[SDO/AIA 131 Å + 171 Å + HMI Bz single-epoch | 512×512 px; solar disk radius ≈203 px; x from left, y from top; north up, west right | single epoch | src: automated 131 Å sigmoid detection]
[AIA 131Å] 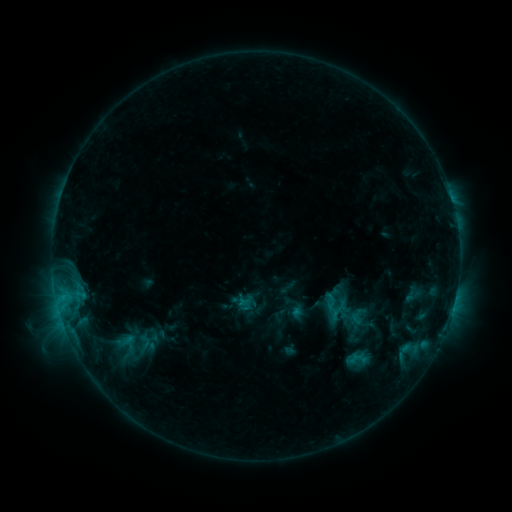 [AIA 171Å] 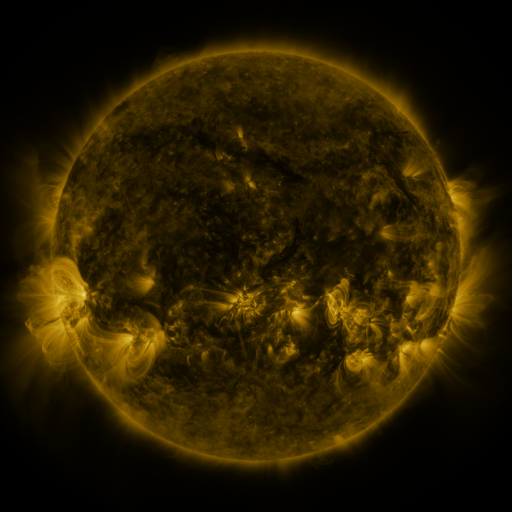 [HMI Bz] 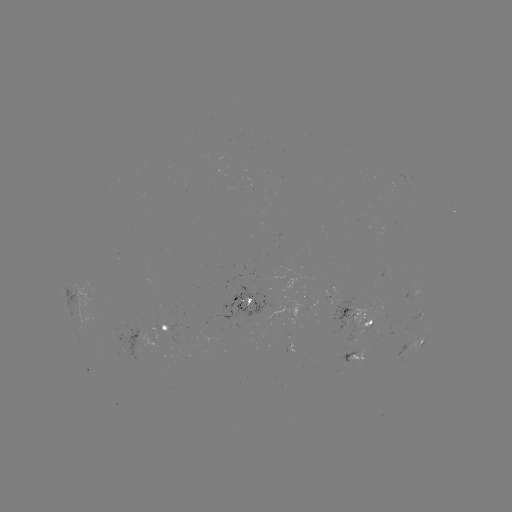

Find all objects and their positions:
sigmoid: (243, 304)
sigmoid: (338, 312)
